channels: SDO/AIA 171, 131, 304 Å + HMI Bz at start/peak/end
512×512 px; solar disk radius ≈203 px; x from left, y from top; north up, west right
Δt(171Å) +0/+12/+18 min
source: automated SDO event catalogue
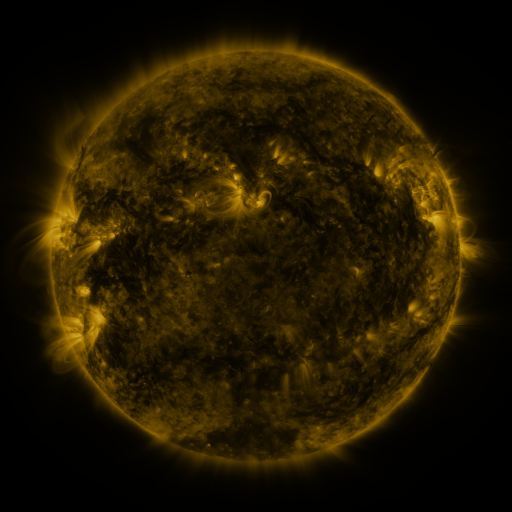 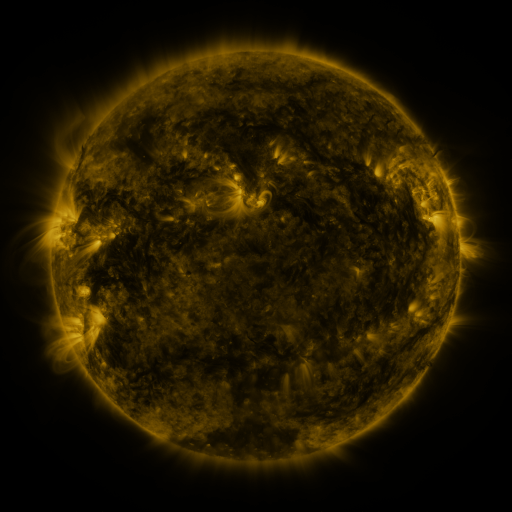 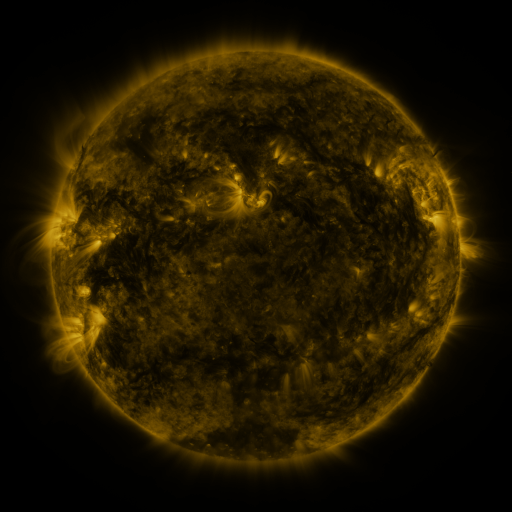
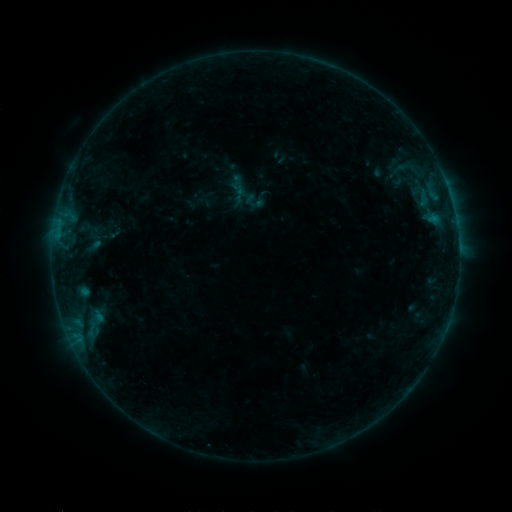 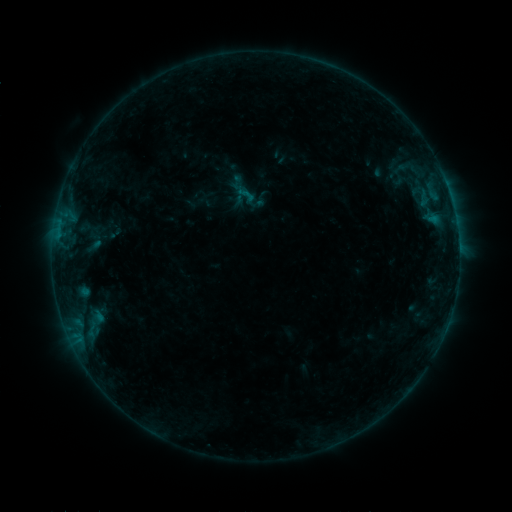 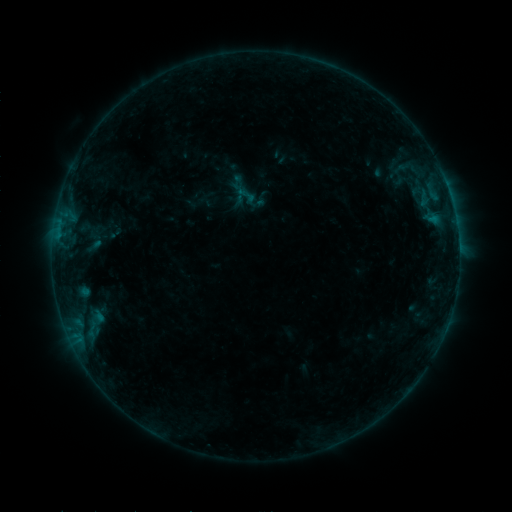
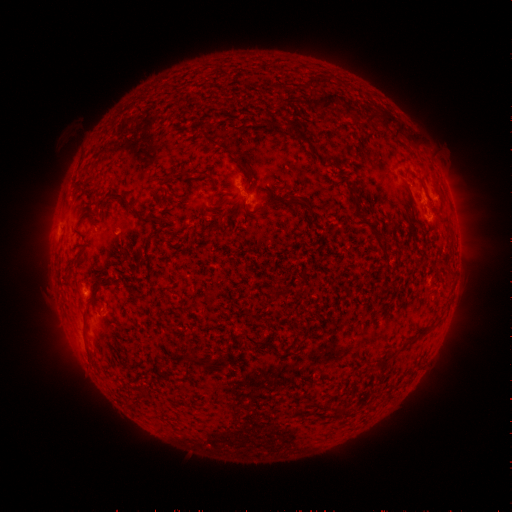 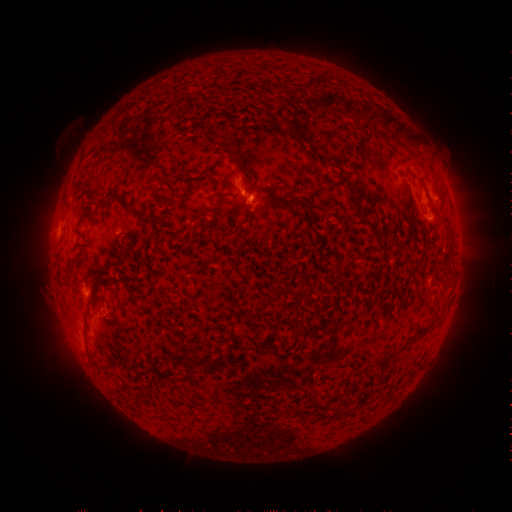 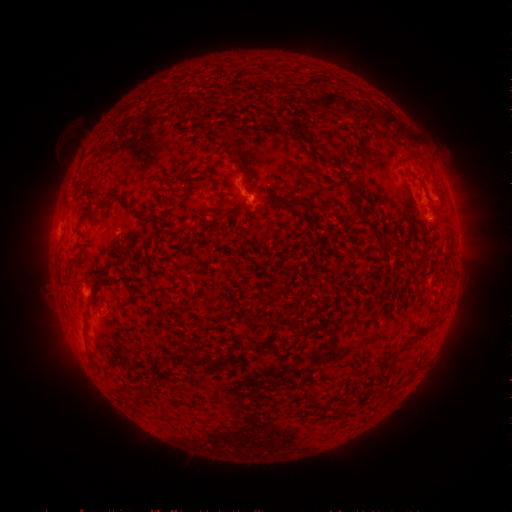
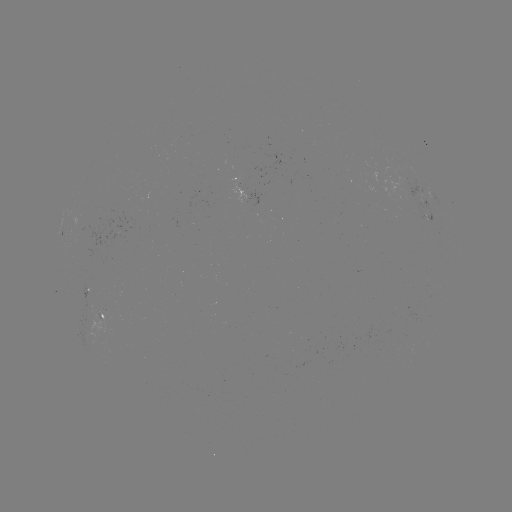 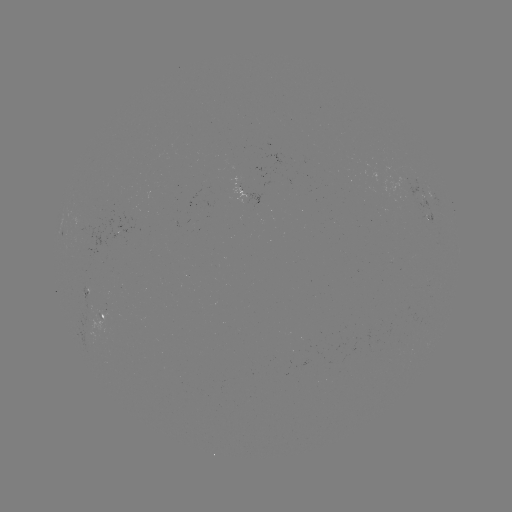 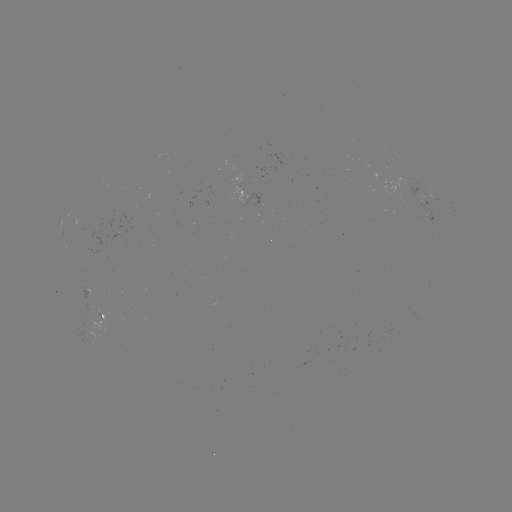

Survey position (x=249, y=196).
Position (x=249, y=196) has B2.9 flare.